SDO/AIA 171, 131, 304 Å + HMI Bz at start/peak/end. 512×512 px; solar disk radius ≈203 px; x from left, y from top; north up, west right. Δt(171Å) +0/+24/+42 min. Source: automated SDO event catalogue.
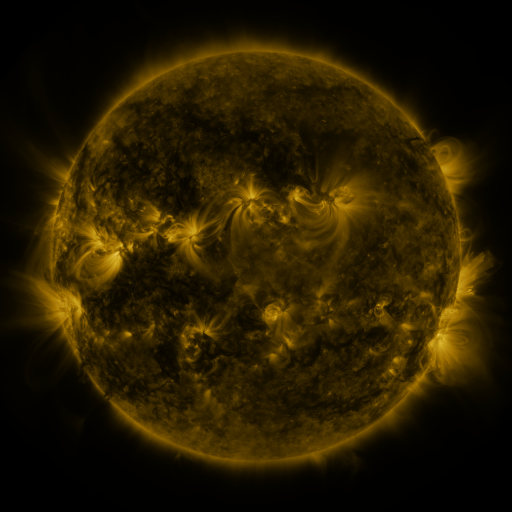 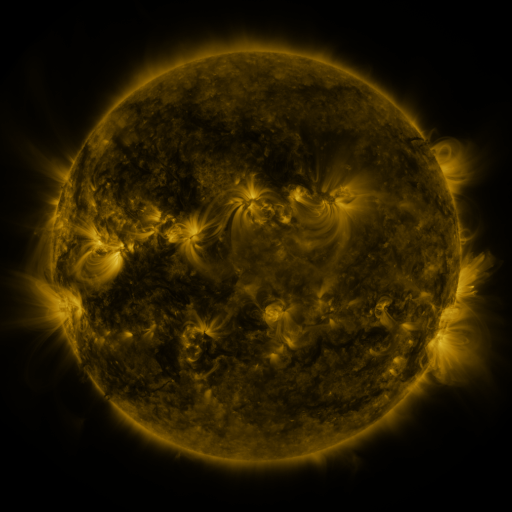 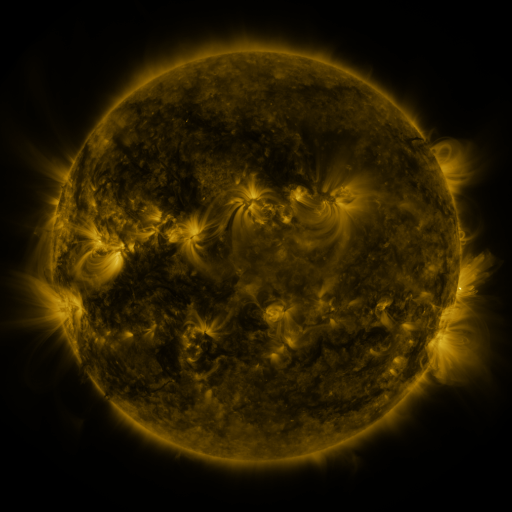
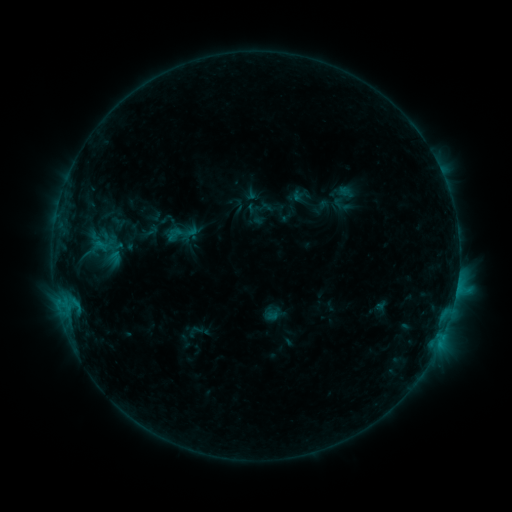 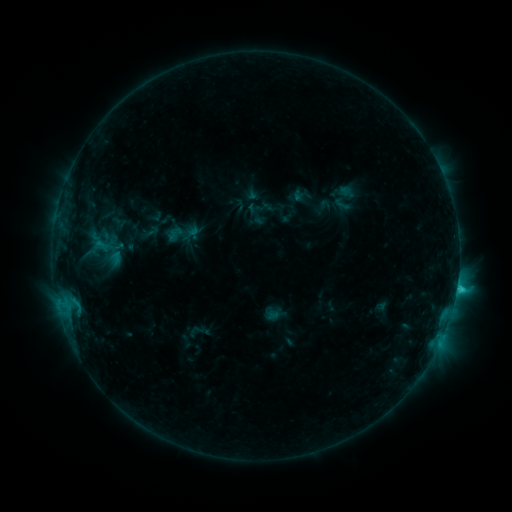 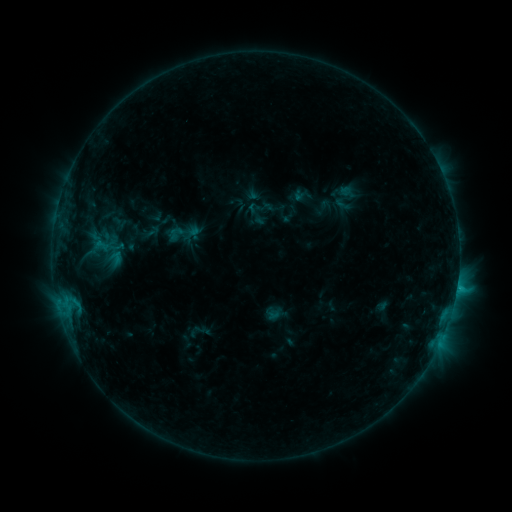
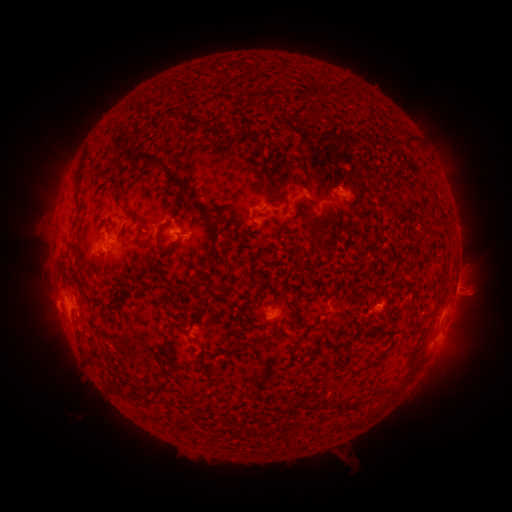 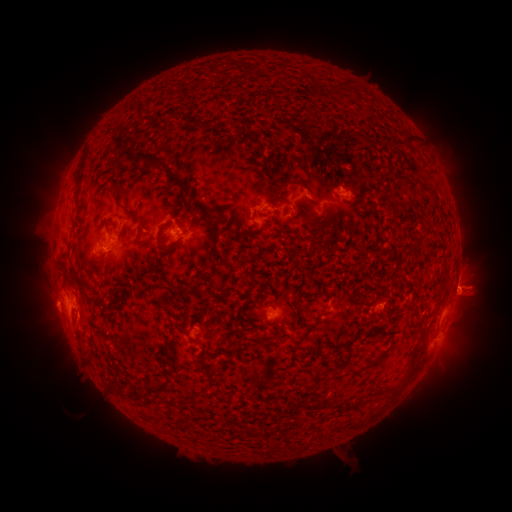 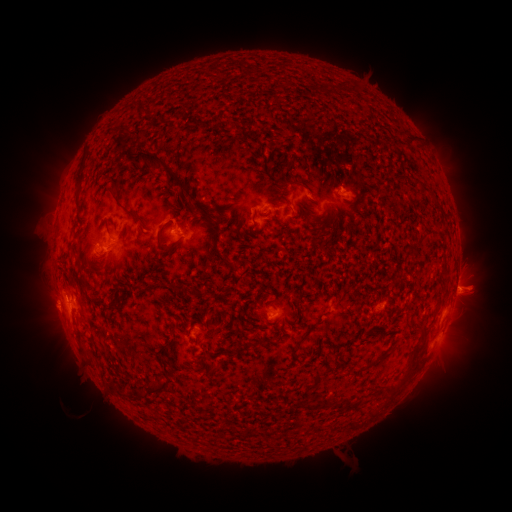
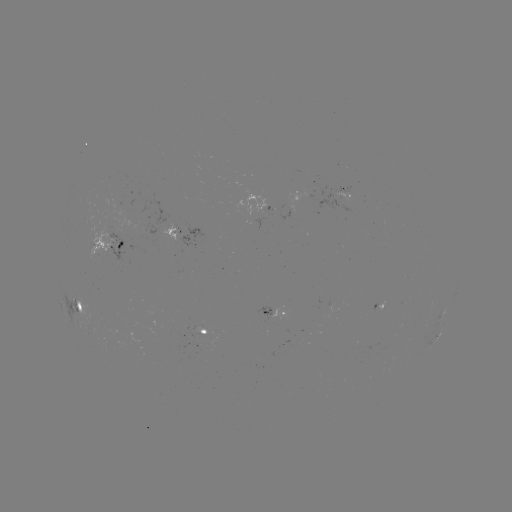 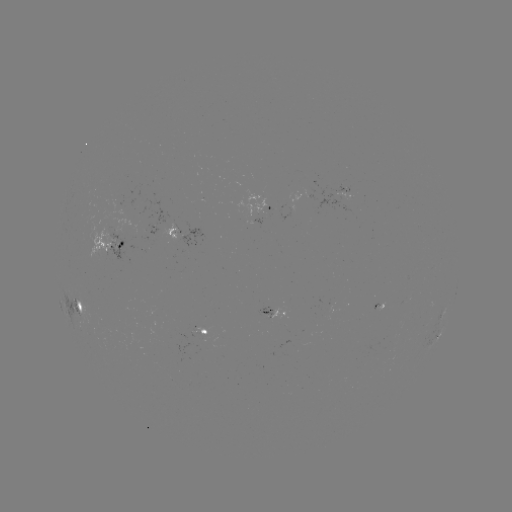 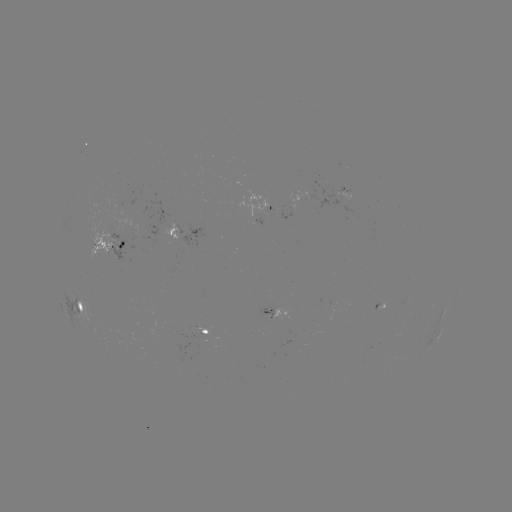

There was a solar flare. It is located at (456, 288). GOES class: C2.0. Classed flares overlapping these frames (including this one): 1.